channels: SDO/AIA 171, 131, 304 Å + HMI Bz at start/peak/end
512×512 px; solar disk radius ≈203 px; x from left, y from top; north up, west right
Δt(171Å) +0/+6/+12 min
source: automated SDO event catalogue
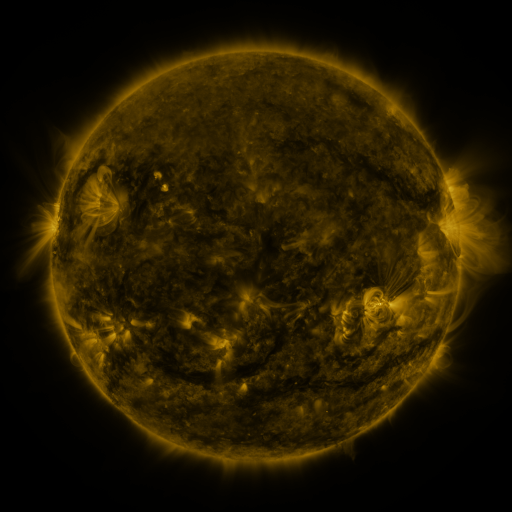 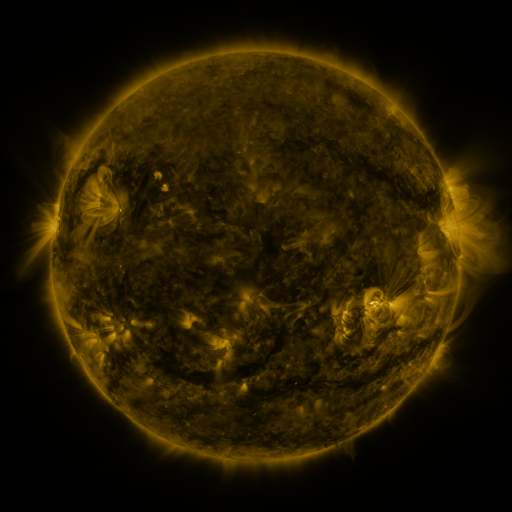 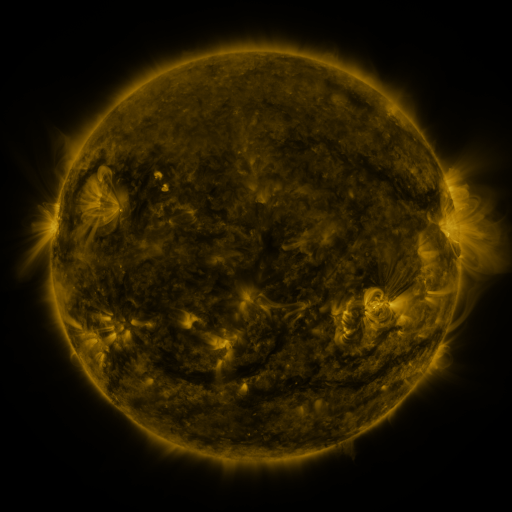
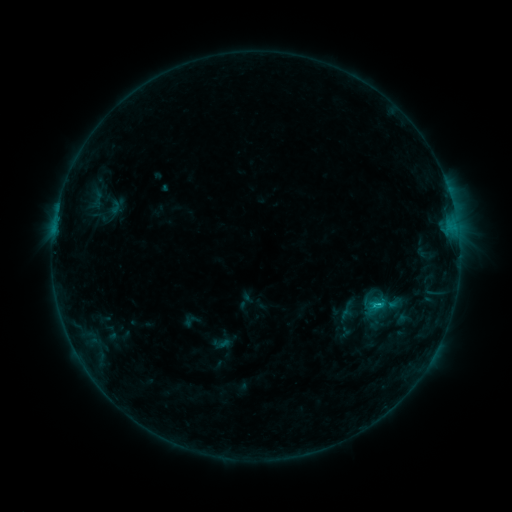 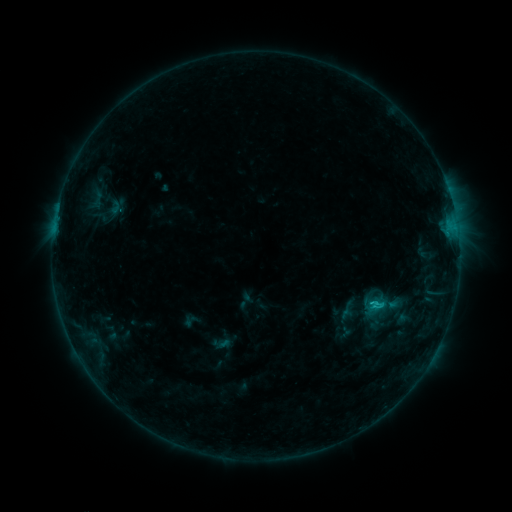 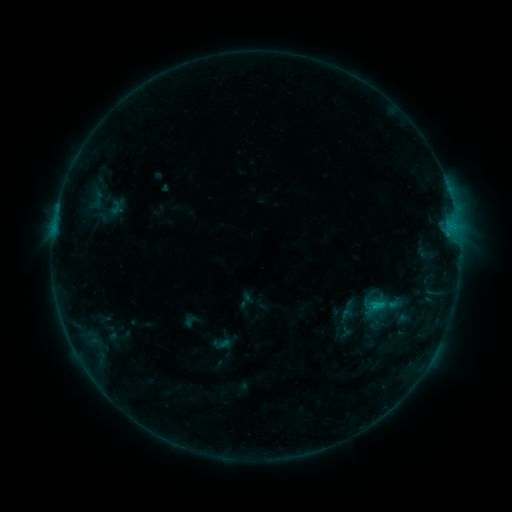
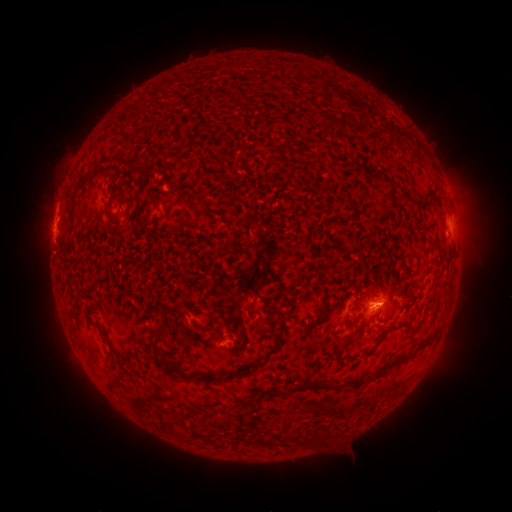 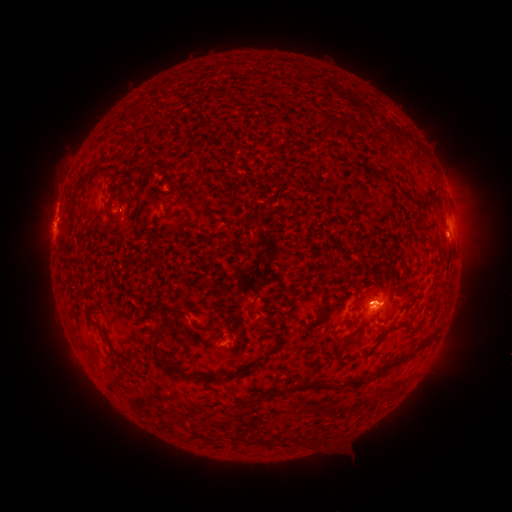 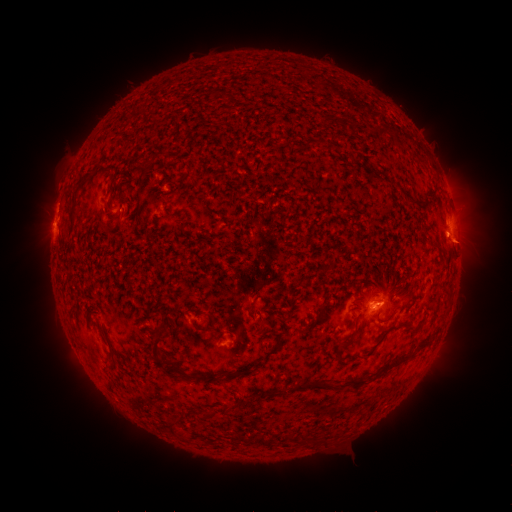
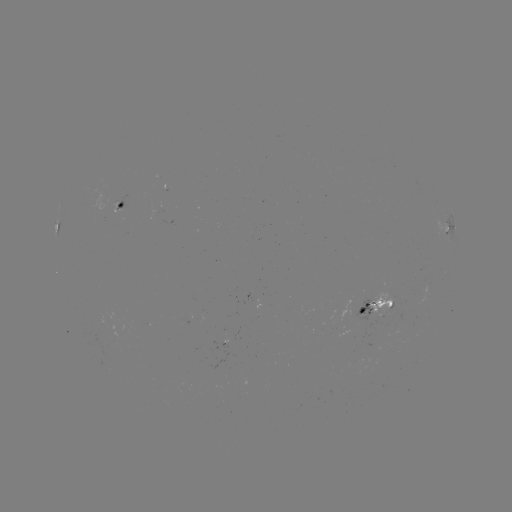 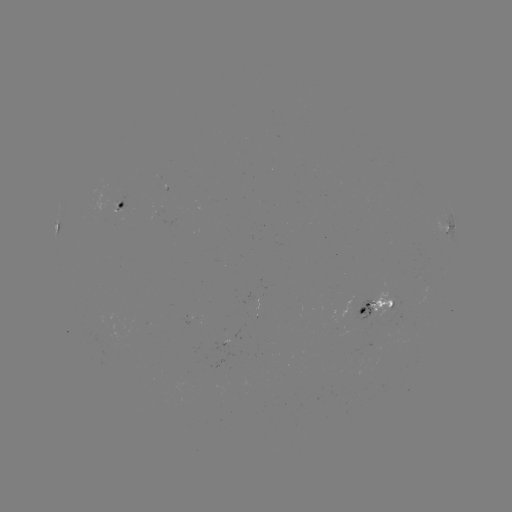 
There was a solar eruption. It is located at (468, 243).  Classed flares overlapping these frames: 1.